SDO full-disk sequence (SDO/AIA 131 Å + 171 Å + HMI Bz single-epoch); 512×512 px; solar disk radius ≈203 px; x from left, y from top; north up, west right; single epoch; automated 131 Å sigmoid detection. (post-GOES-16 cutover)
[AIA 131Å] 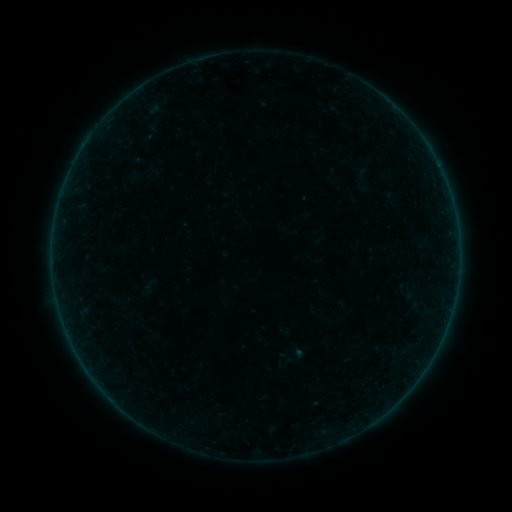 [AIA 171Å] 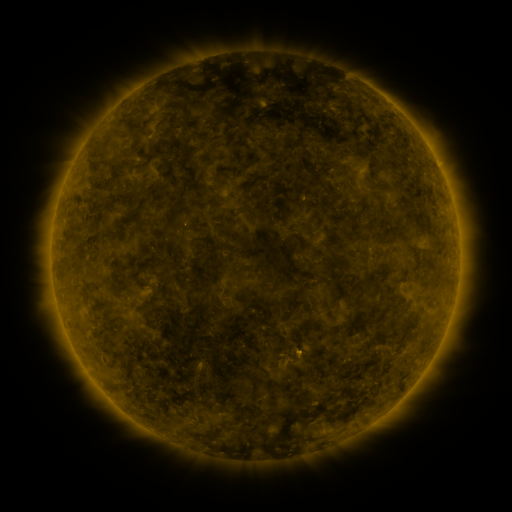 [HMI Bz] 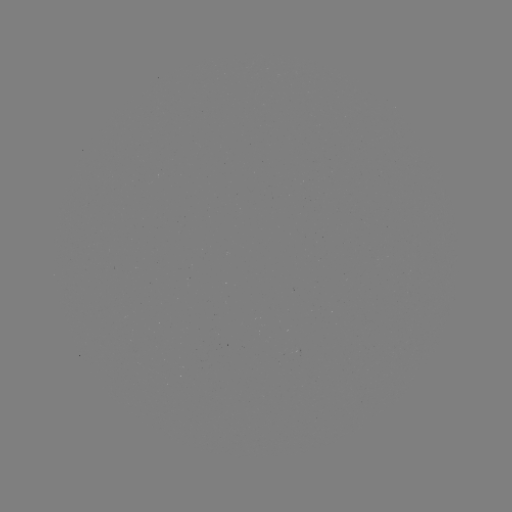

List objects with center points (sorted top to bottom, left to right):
sigmoid: (295, 356)
